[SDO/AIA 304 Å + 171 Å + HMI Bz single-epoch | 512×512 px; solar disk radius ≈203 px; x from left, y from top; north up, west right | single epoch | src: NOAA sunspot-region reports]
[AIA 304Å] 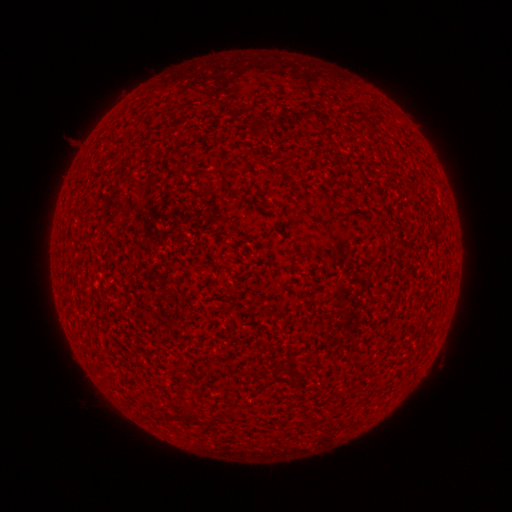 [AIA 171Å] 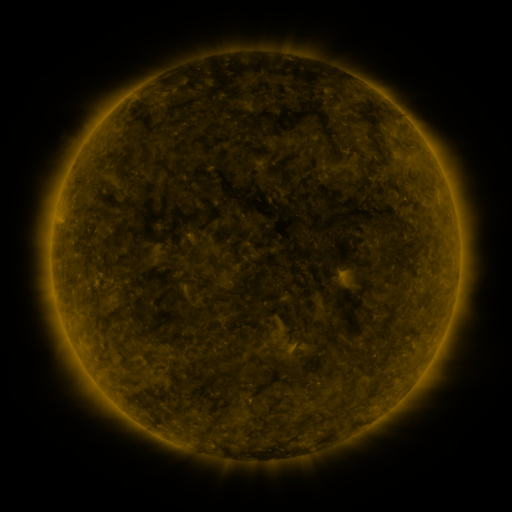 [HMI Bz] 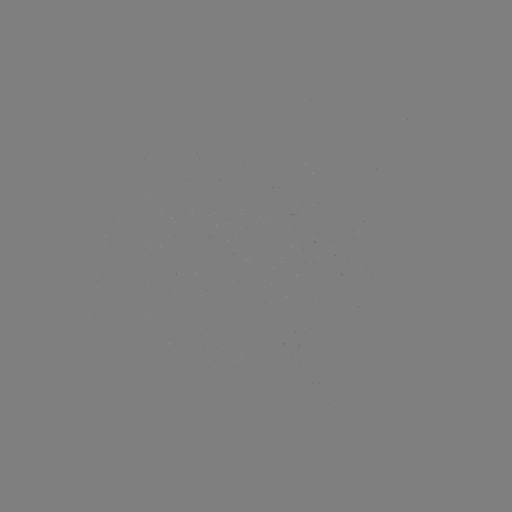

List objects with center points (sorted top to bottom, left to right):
(none)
